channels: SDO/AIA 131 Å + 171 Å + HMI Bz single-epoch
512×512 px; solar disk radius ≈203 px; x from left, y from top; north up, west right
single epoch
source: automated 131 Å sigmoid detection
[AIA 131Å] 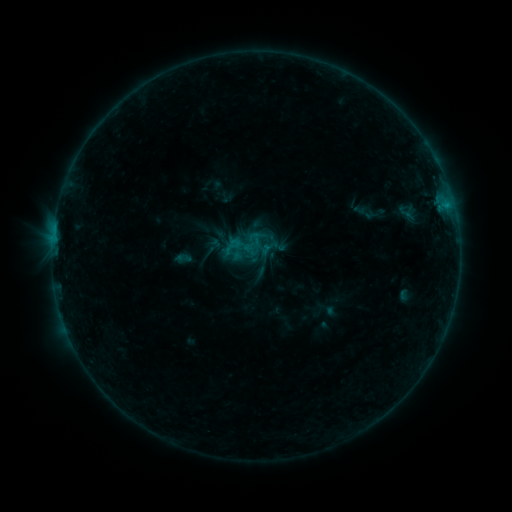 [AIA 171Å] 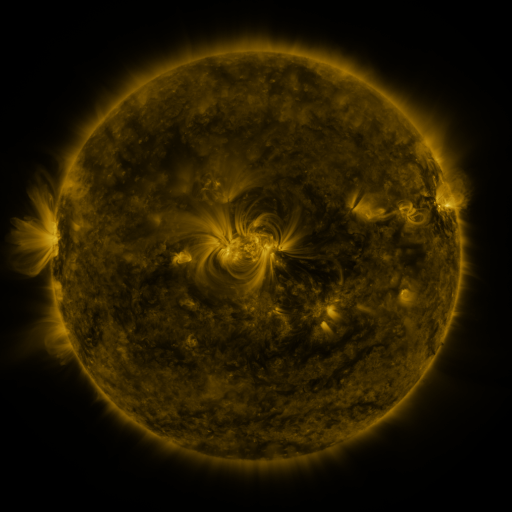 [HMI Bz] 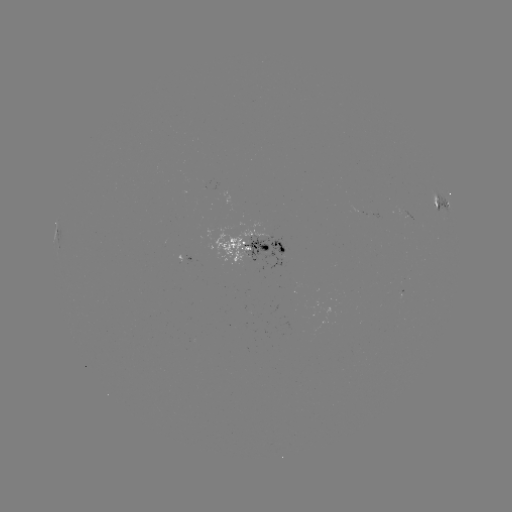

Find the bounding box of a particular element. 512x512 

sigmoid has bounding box [241, 234, 263, 256].